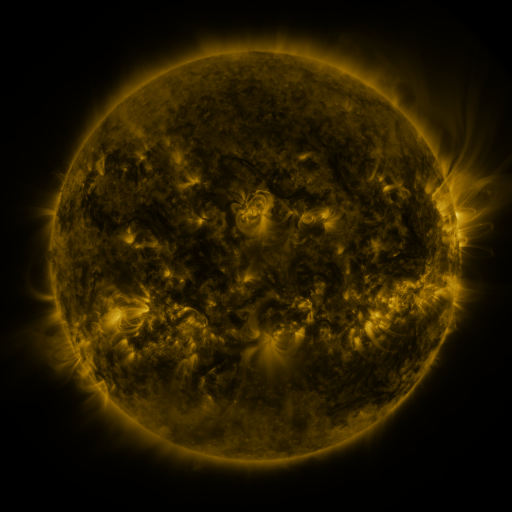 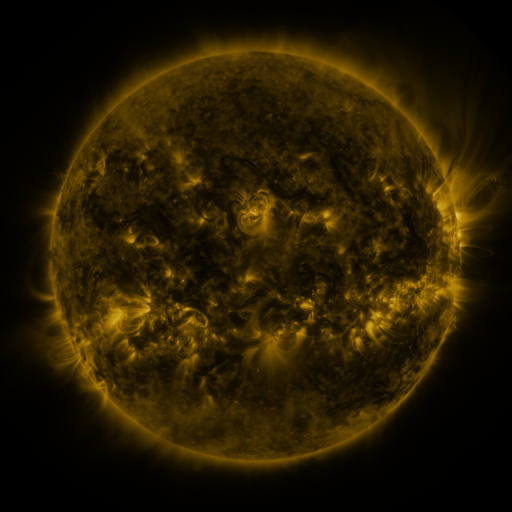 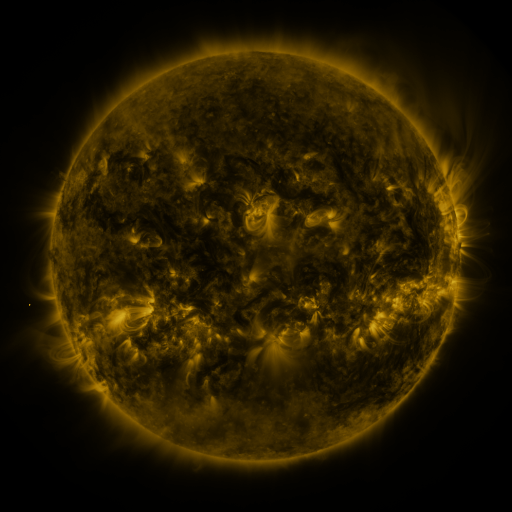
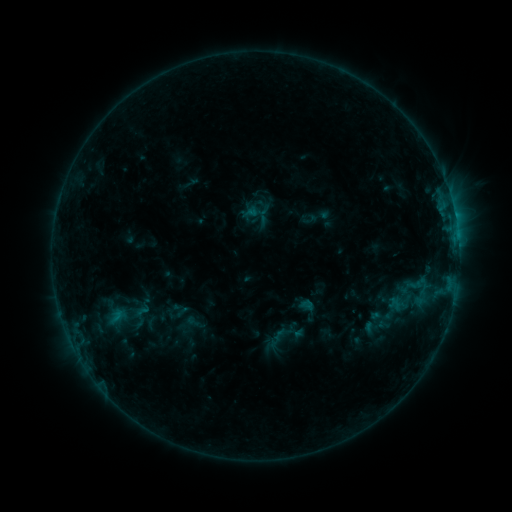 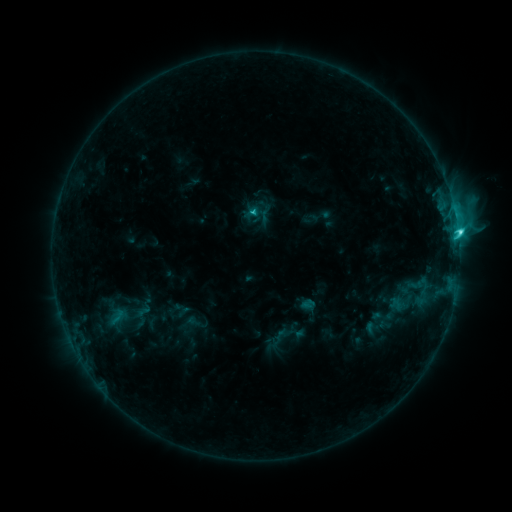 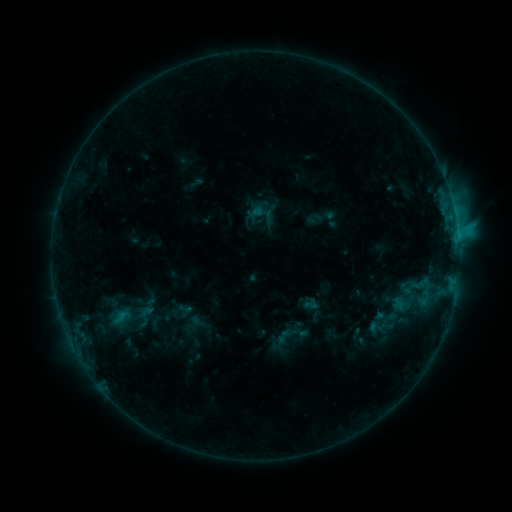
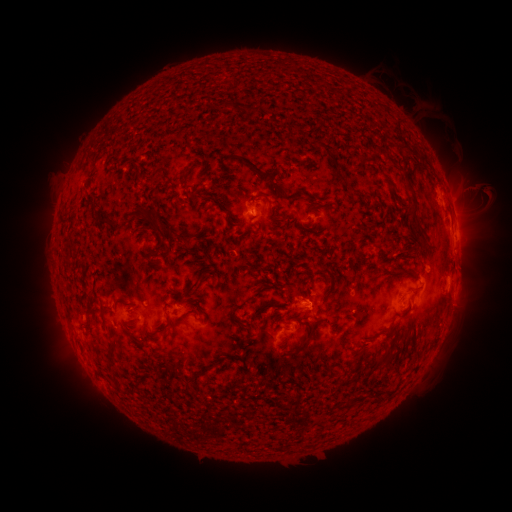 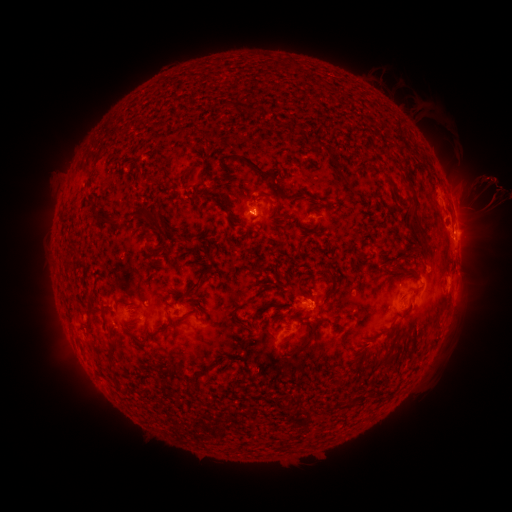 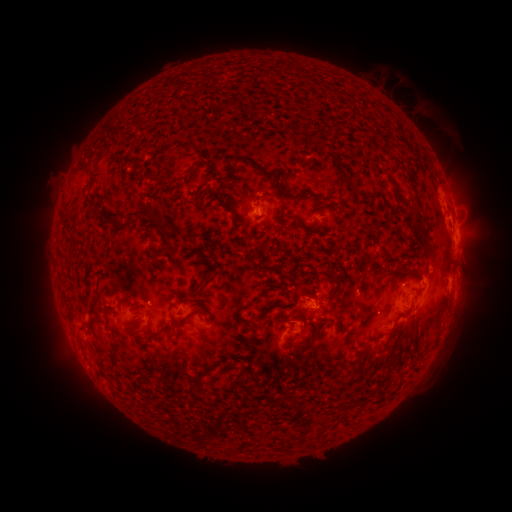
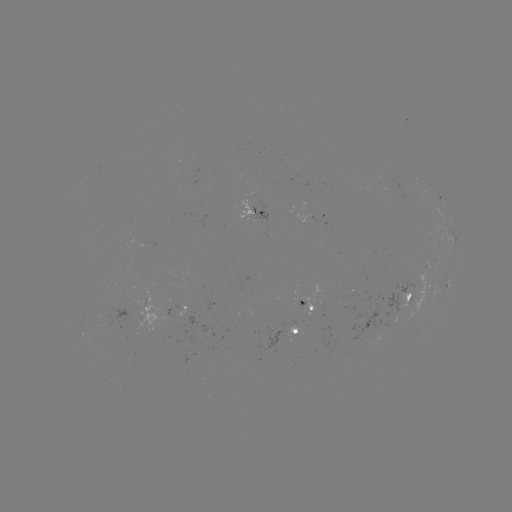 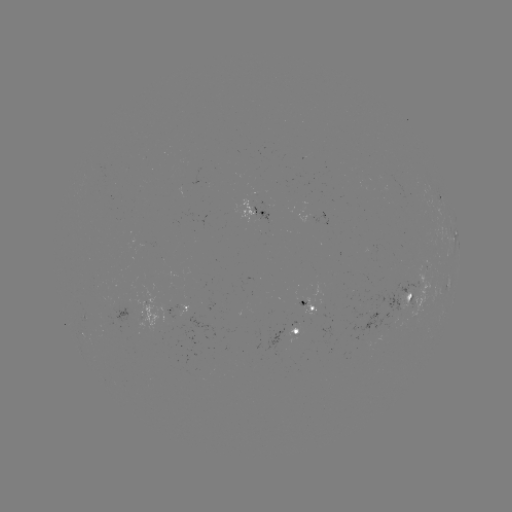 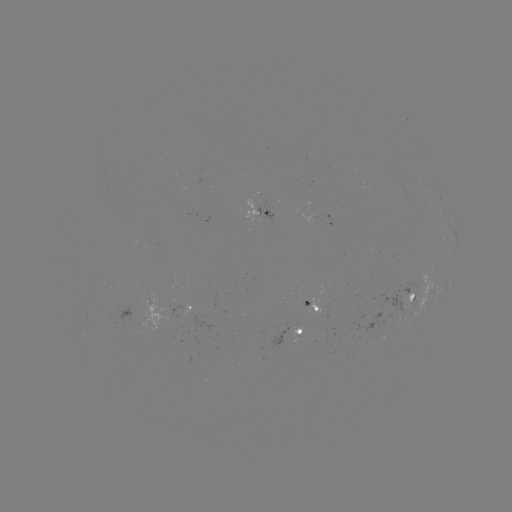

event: flare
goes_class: C3.8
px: (458, 234)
